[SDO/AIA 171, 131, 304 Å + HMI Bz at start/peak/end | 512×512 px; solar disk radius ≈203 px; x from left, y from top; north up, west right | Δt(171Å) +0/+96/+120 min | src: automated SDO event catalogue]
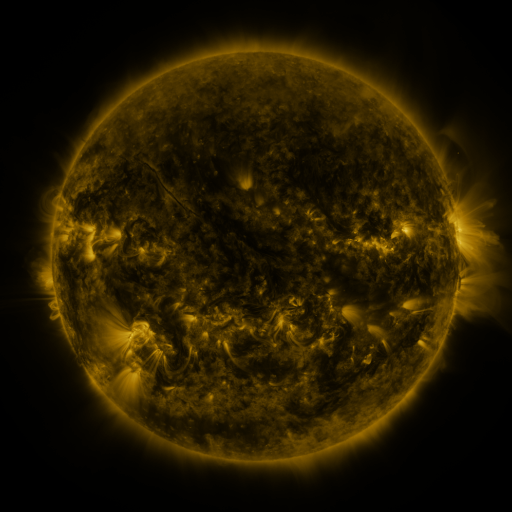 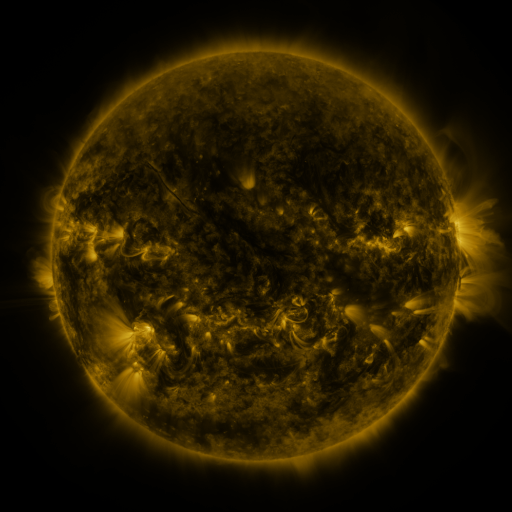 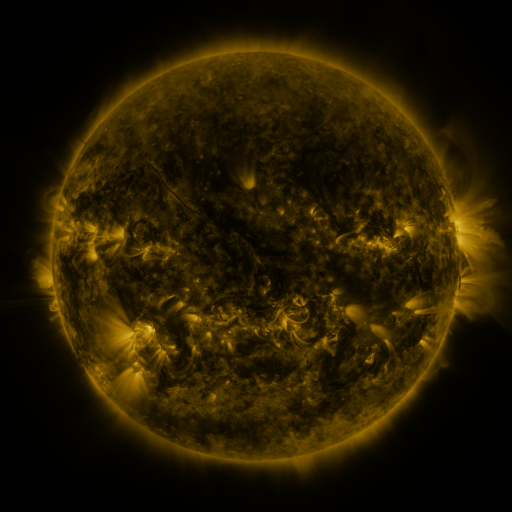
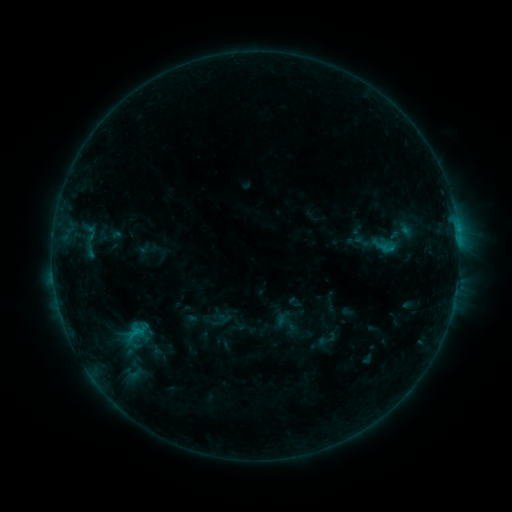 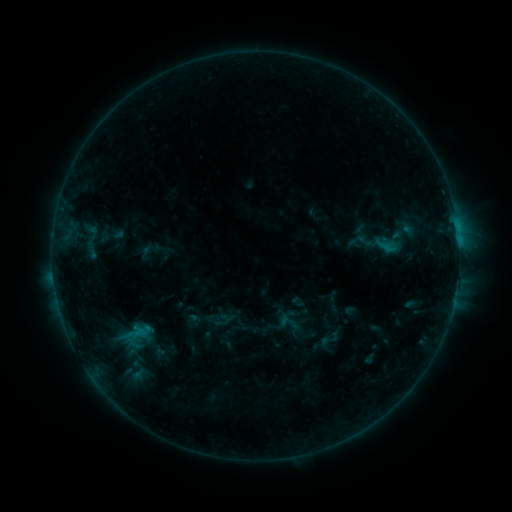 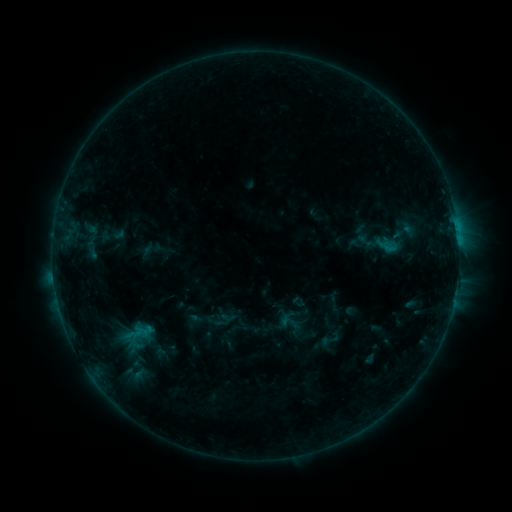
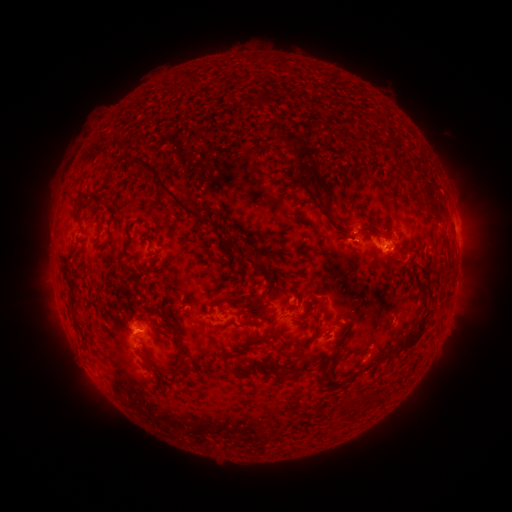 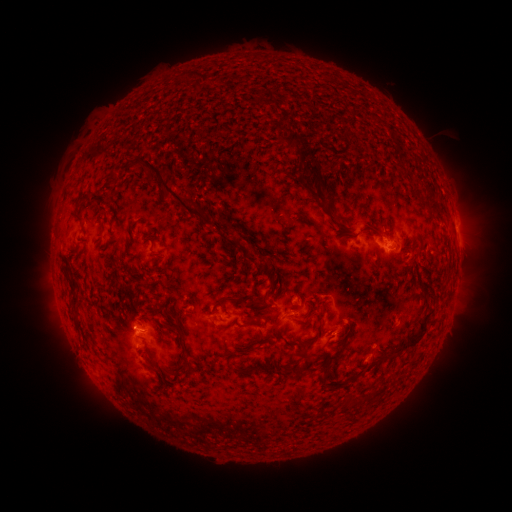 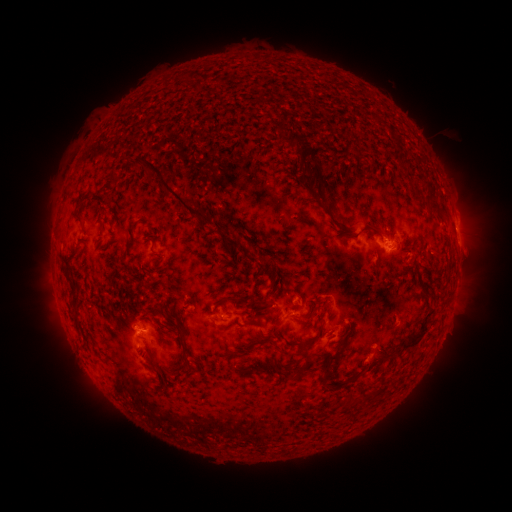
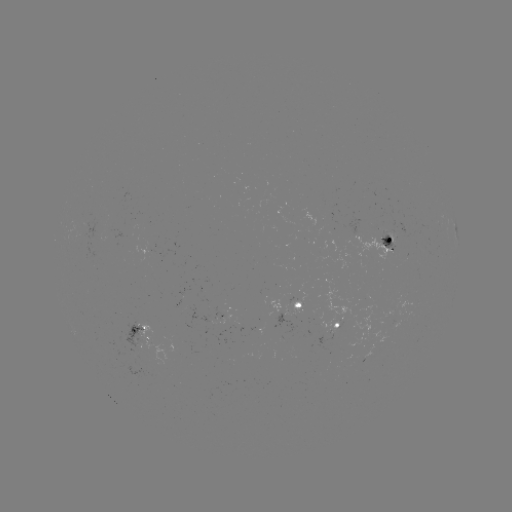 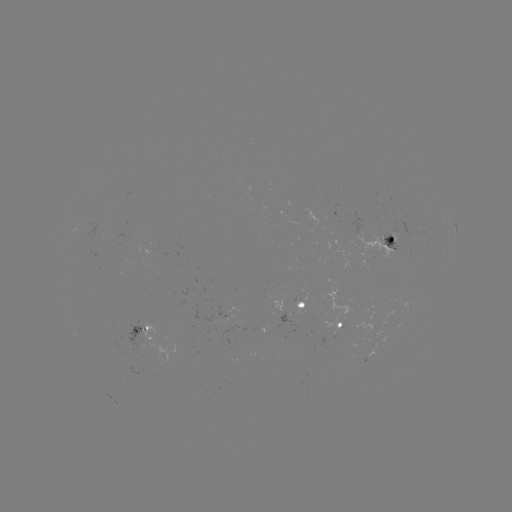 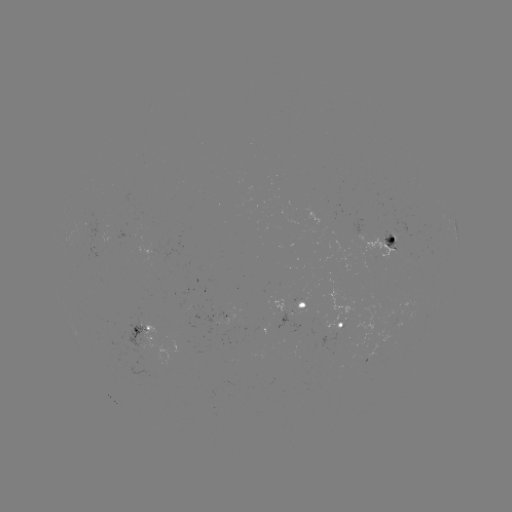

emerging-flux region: <bbox>389, 219, 399, 239</bbox>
